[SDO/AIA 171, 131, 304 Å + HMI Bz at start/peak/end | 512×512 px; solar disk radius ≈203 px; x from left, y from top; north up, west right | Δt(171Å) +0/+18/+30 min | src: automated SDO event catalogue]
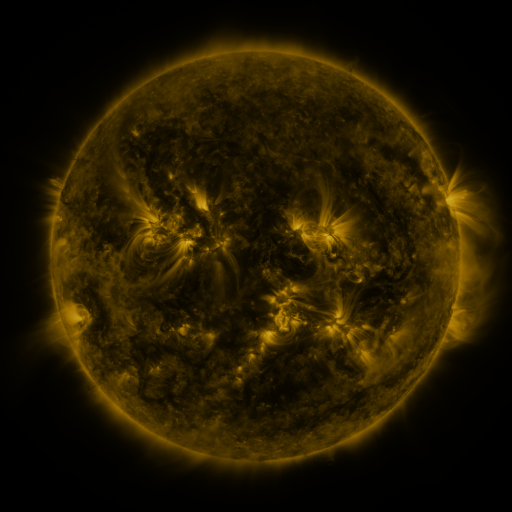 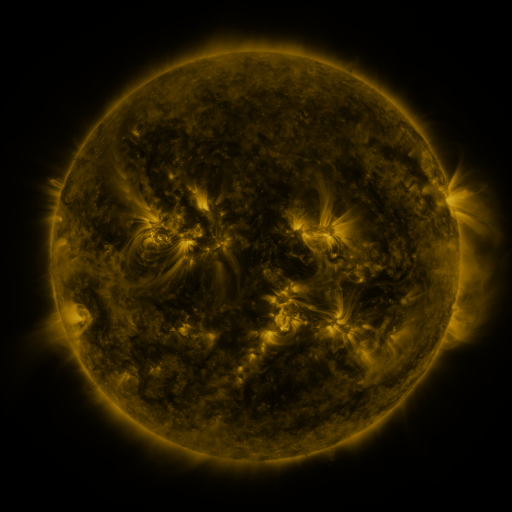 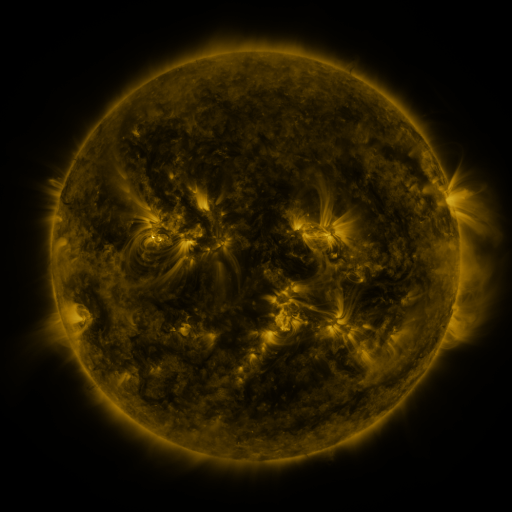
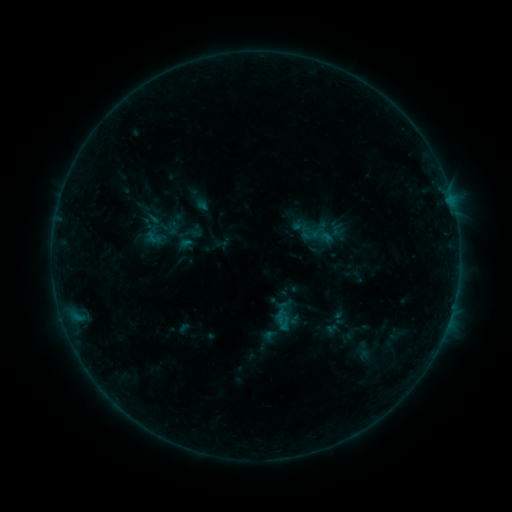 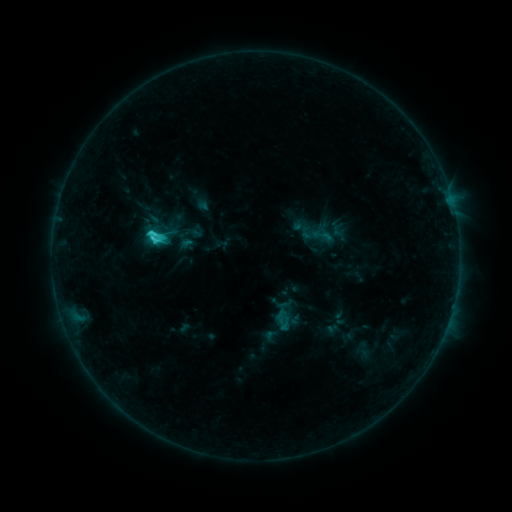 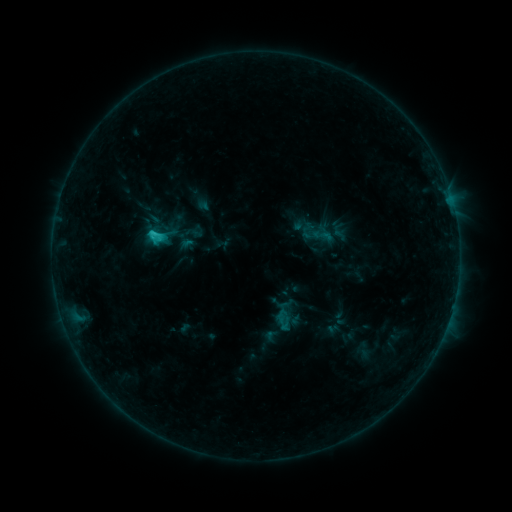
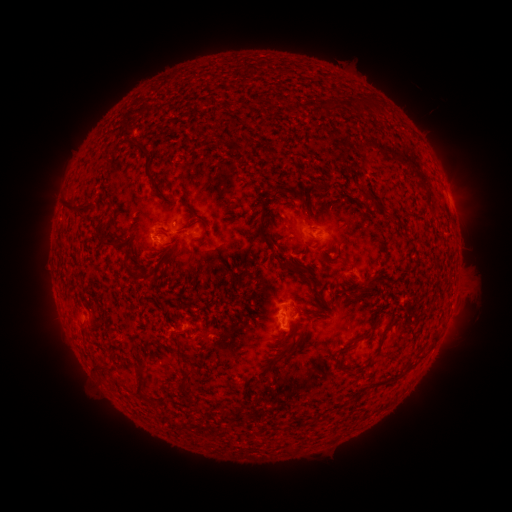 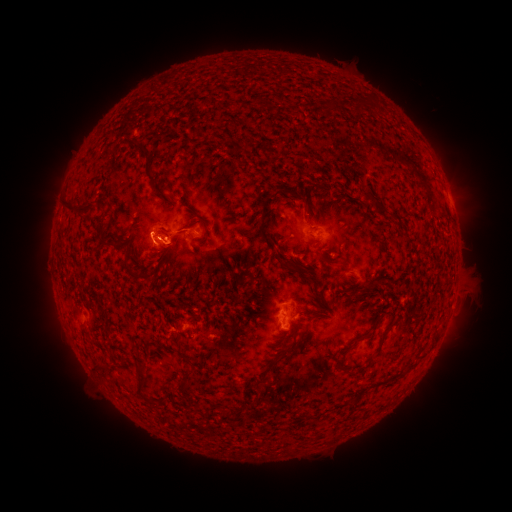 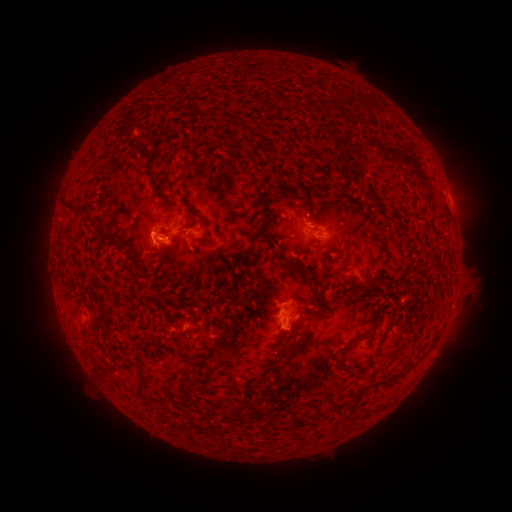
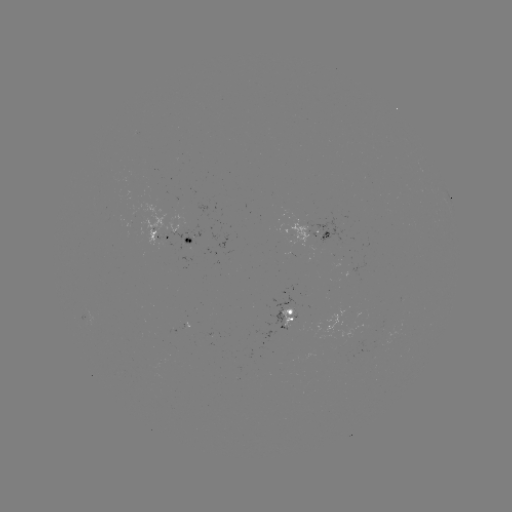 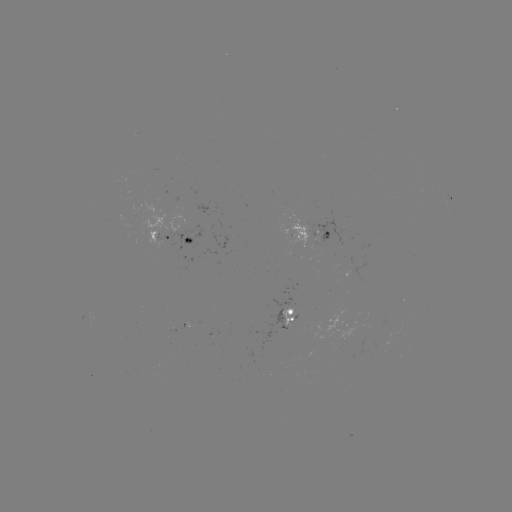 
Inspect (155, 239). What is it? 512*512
C2.6 flare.